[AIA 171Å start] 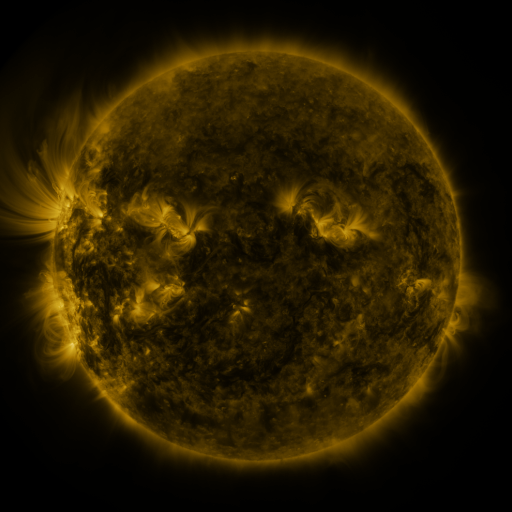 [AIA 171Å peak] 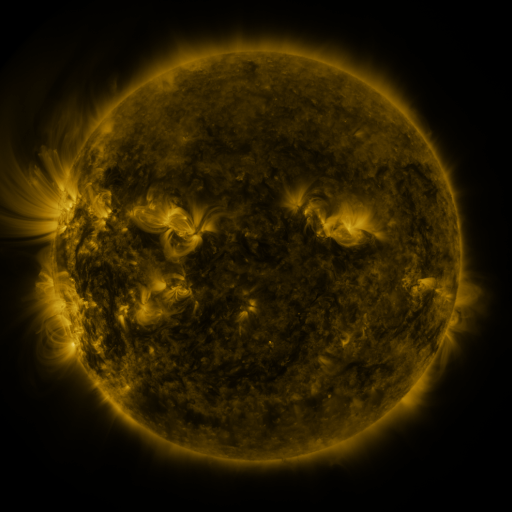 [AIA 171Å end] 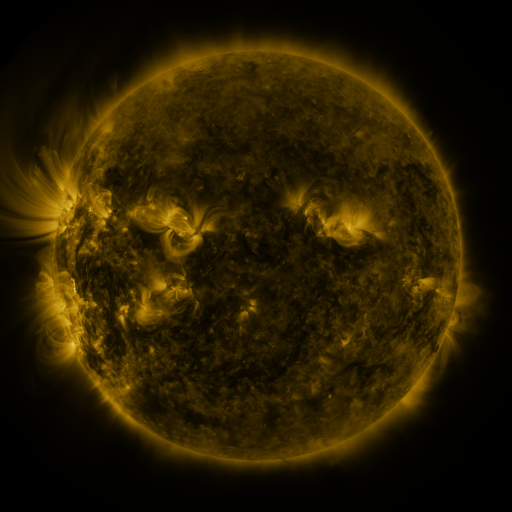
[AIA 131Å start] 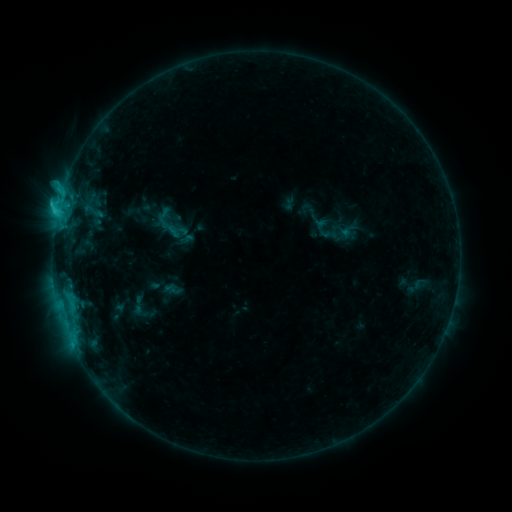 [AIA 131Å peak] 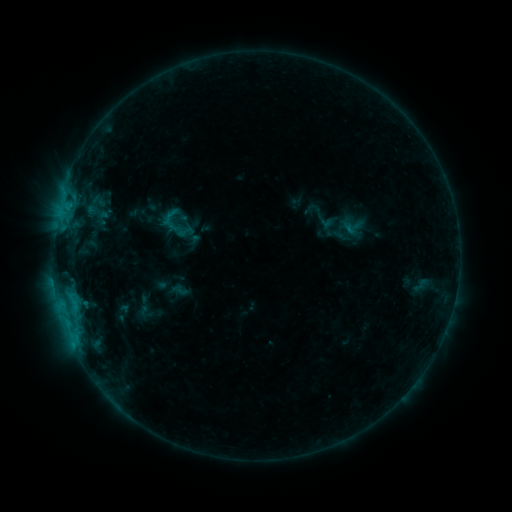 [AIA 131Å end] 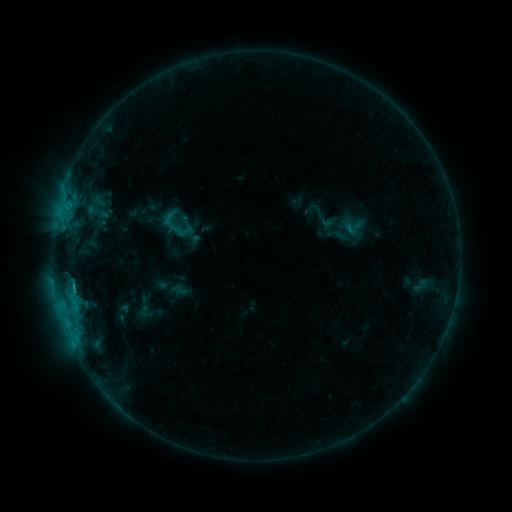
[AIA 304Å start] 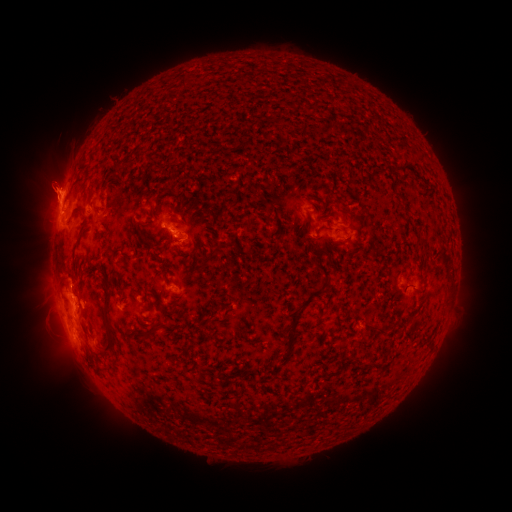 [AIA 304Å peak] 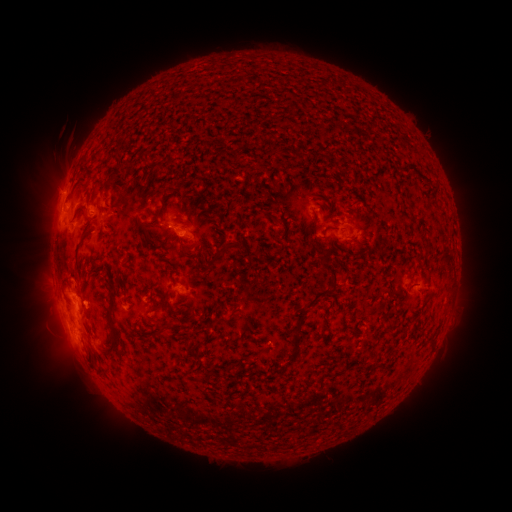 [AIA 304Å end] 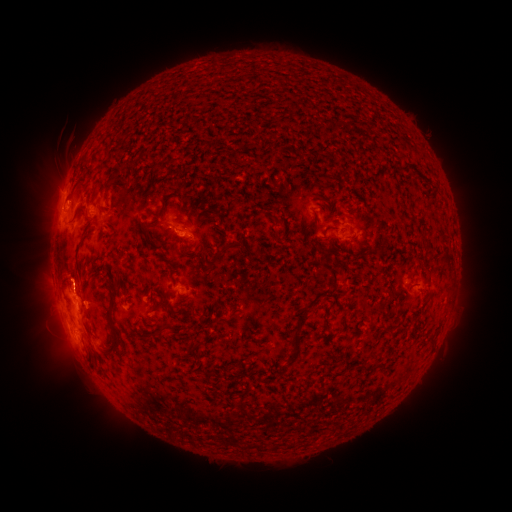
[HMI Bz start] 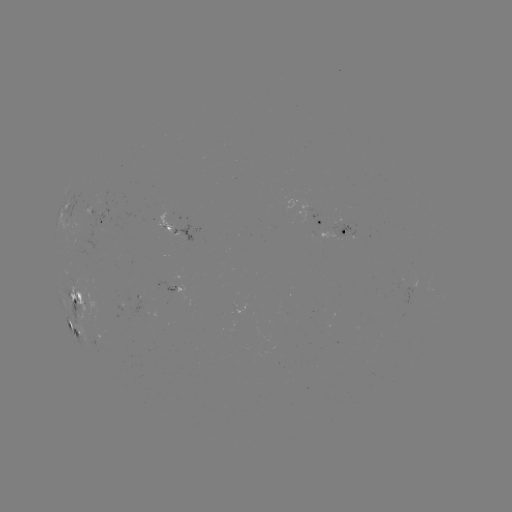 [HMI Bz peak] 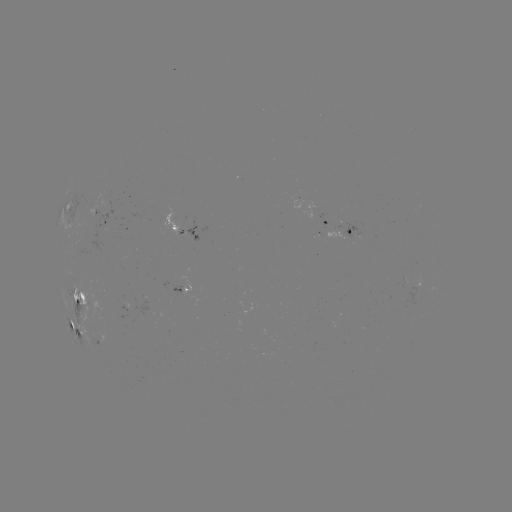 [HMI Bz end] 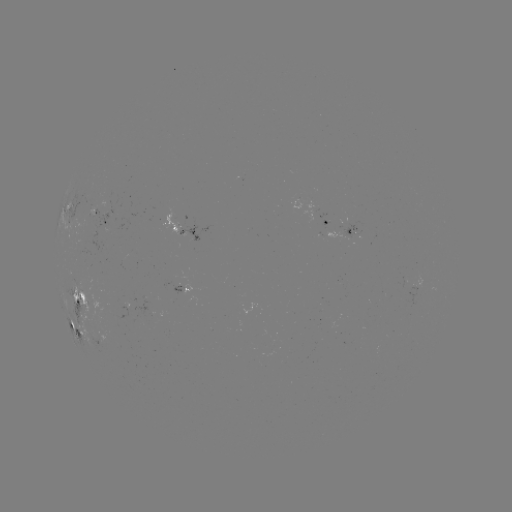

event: emerging-flux region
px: (188, 233)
